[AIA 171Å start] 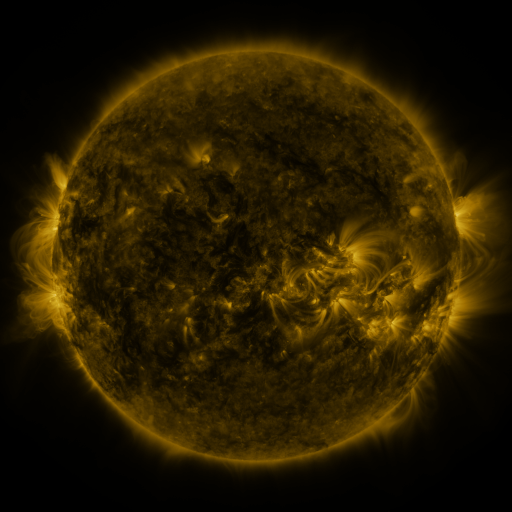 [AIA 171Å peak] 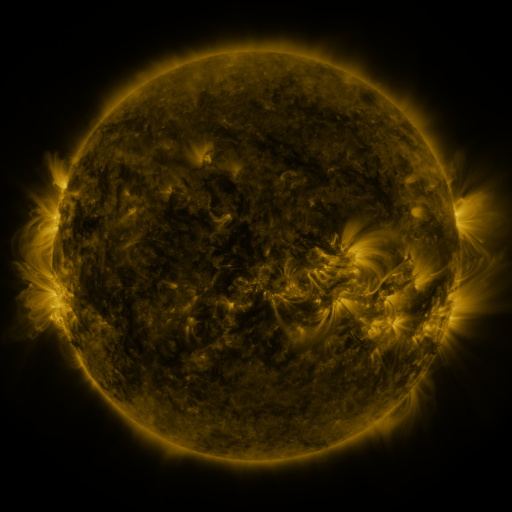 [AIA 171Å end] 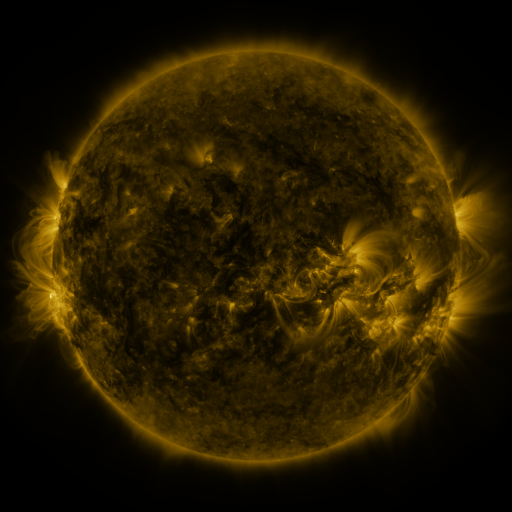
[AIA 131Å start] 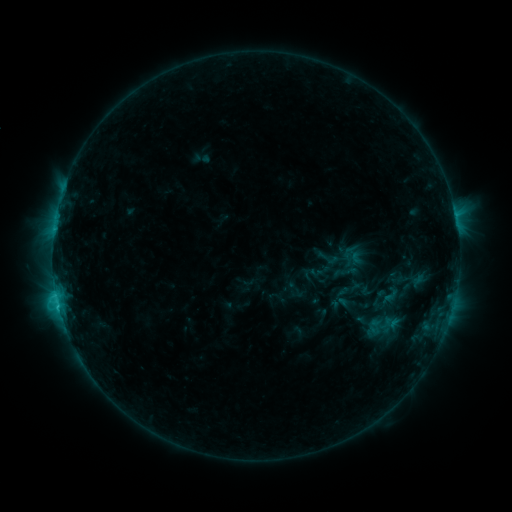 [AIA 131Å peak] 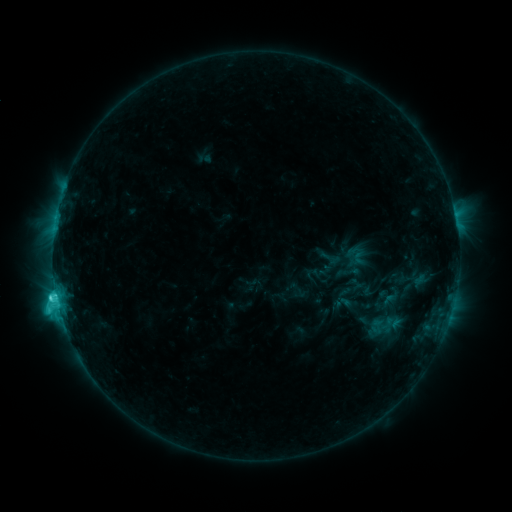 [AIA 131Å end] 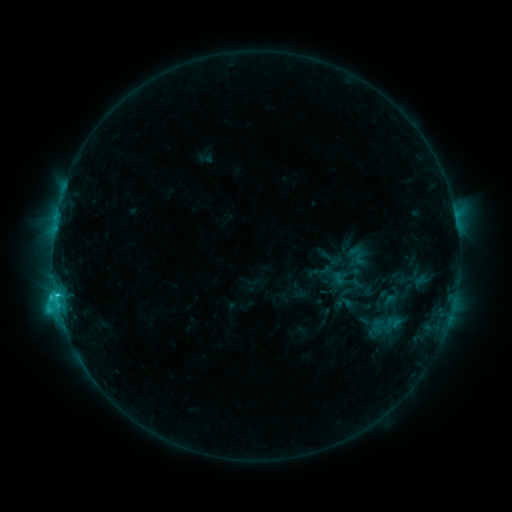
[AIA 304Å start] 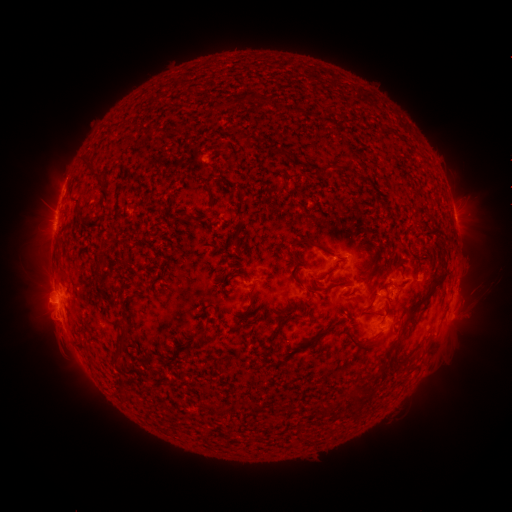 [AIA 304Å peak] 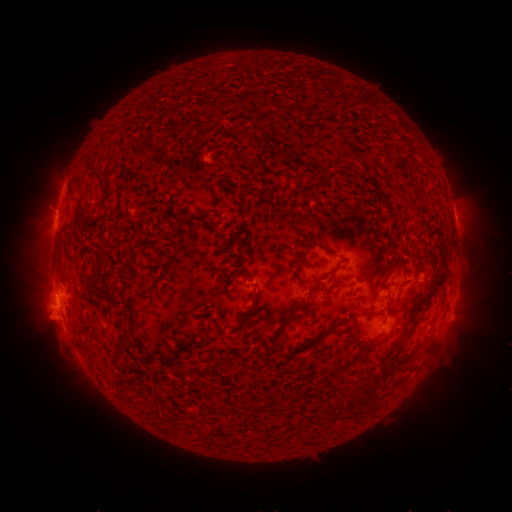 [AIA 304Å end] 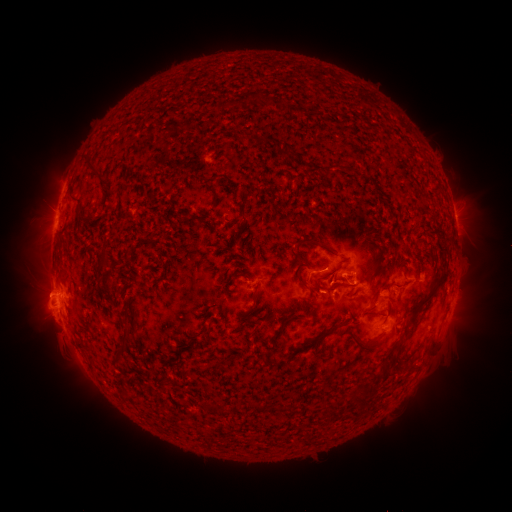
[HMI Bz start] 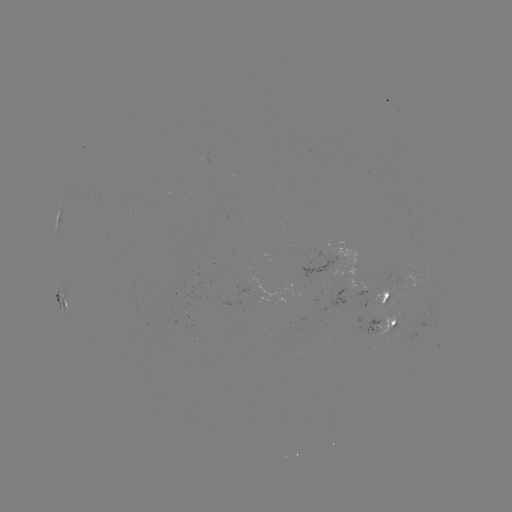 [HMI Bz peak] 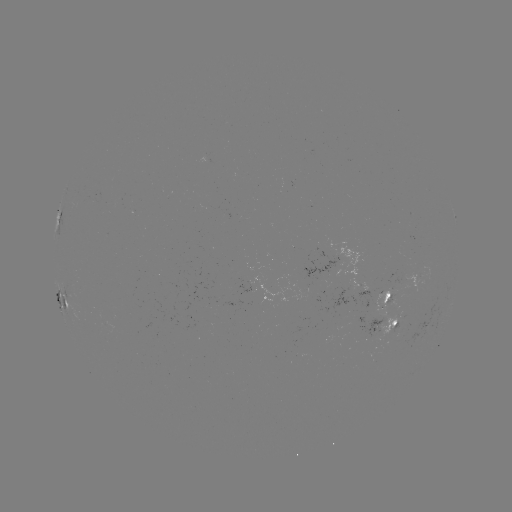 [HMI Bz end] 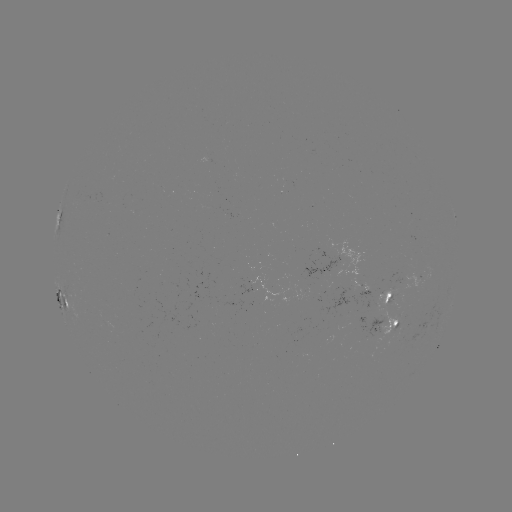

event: emerging-flux region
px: (380, 308)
